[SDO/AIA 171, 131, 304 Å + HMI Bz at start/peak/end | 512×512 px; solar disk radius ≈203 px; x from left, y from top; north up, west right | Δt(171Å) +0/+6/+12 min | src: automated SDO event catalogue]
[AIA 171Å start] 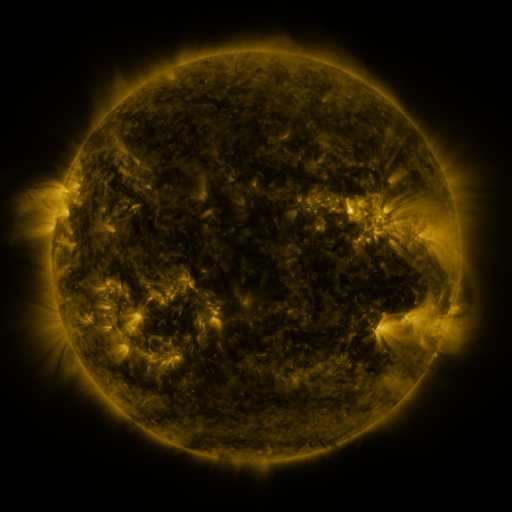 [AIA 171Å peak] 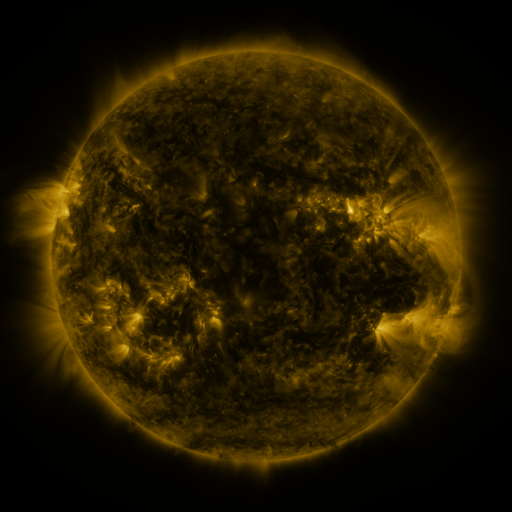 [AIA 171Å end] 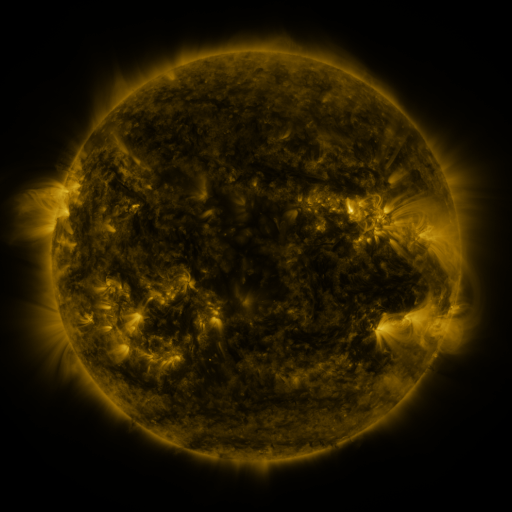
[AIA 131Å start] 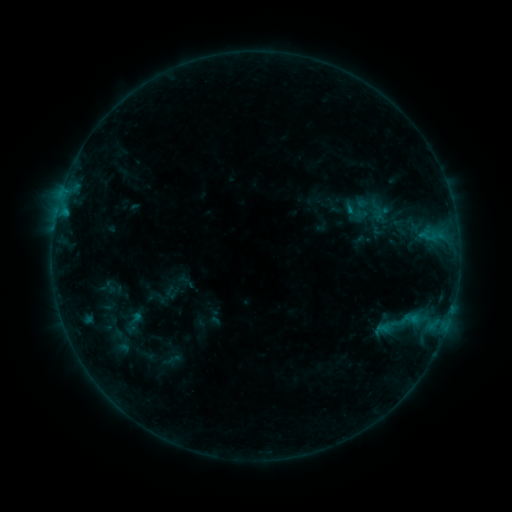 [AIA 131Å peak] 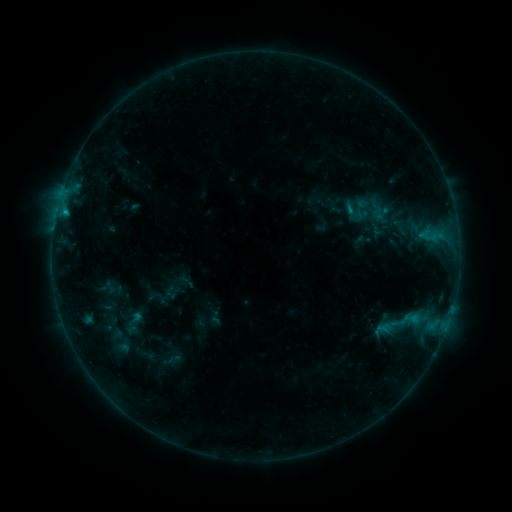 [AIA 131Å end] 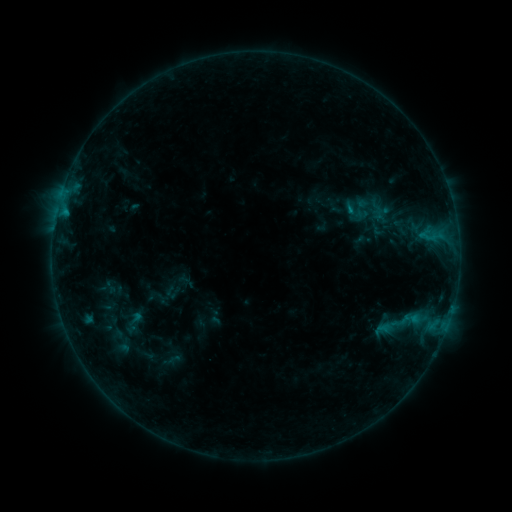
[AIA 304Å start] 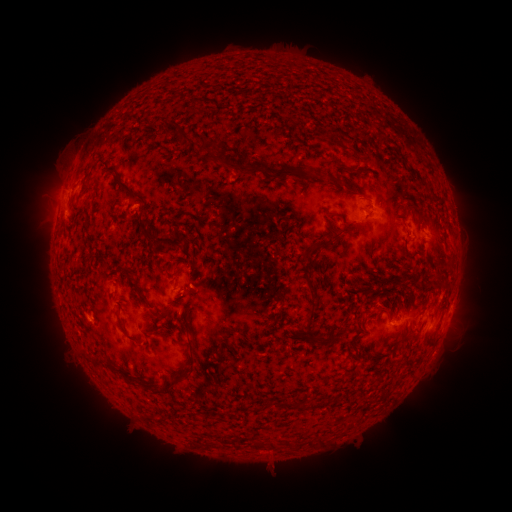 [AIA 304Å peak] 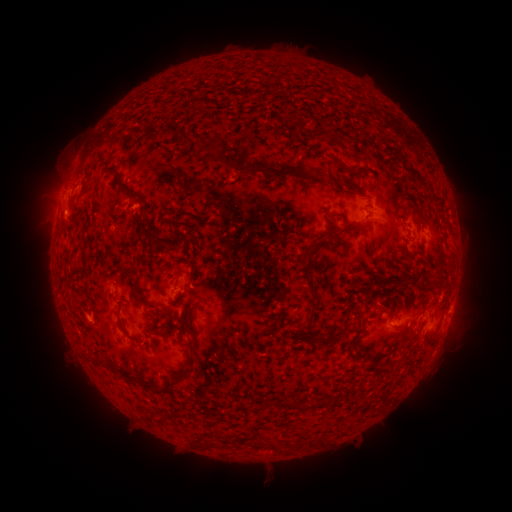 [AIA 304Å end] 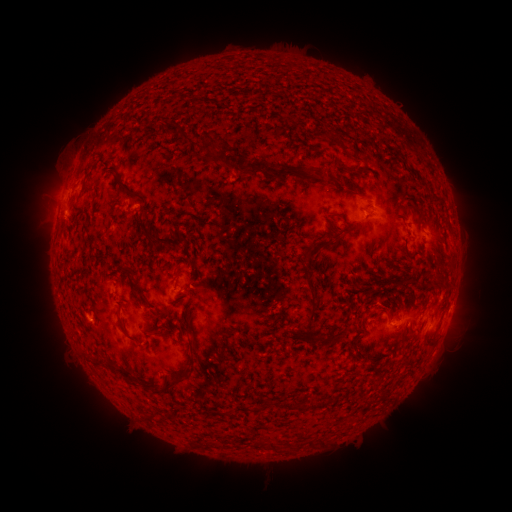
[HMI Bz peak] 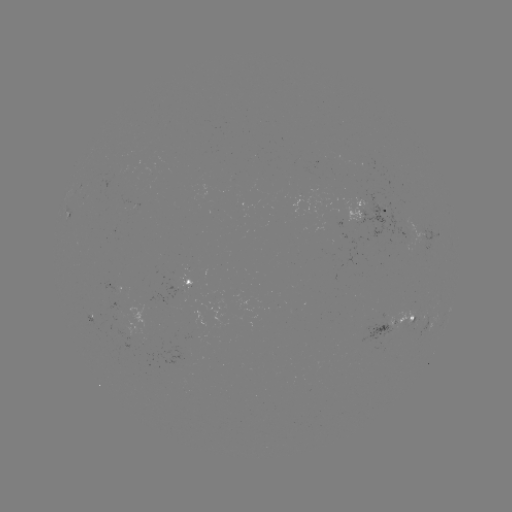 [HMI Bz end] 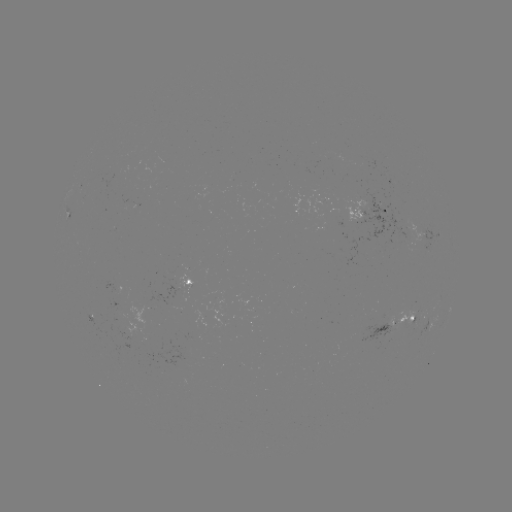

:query B3.8 flare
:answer (66, 212)